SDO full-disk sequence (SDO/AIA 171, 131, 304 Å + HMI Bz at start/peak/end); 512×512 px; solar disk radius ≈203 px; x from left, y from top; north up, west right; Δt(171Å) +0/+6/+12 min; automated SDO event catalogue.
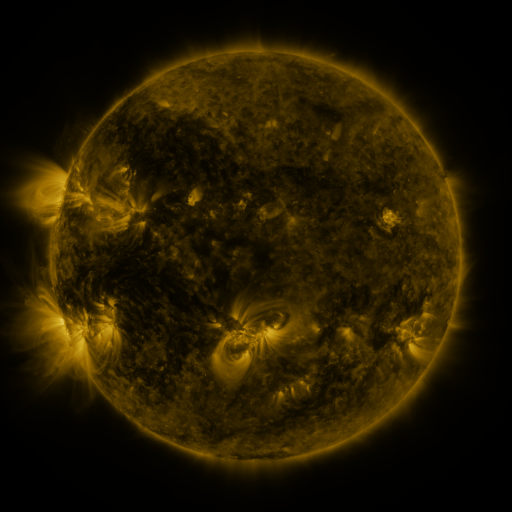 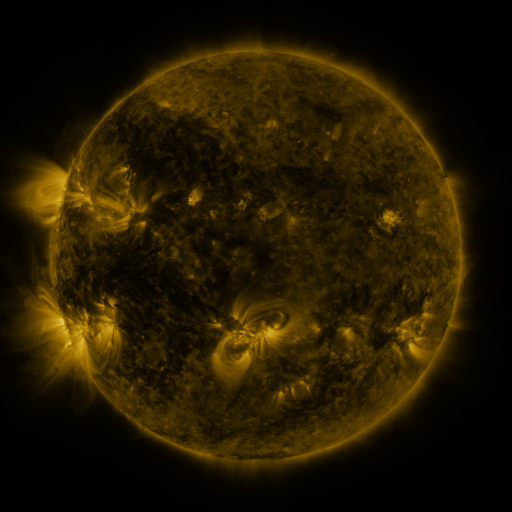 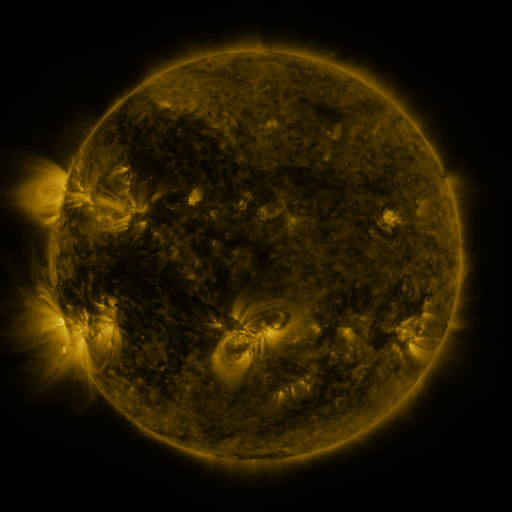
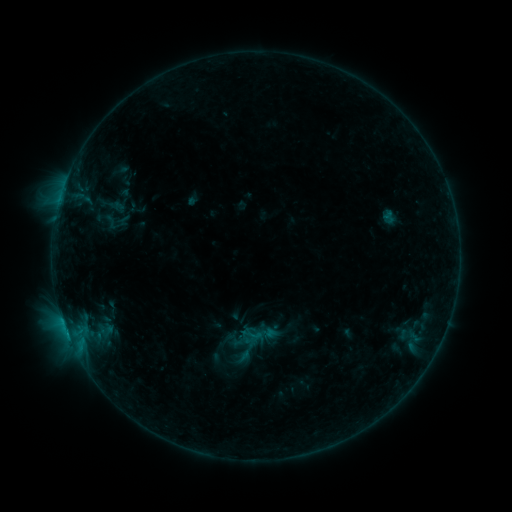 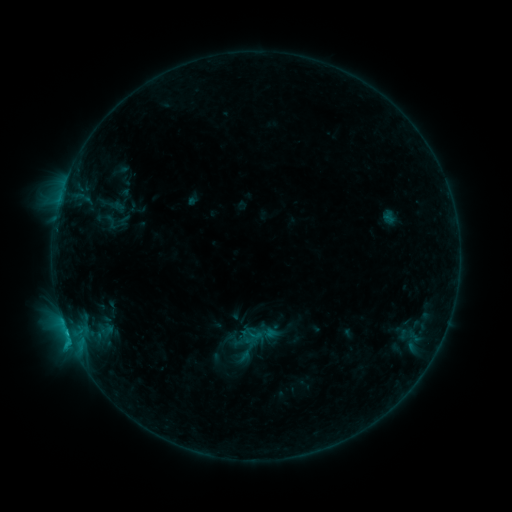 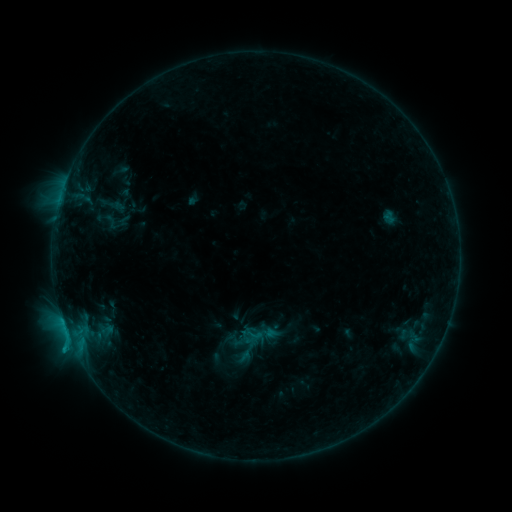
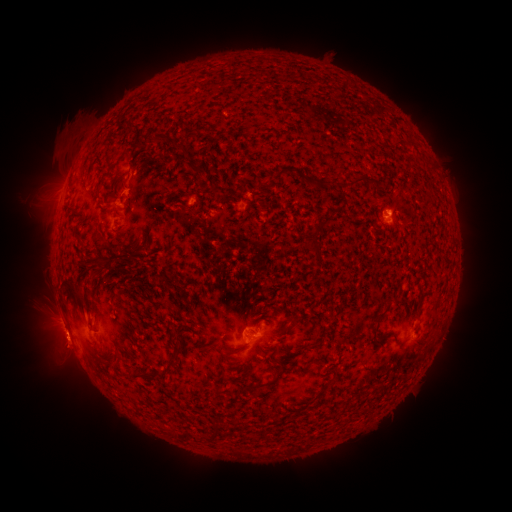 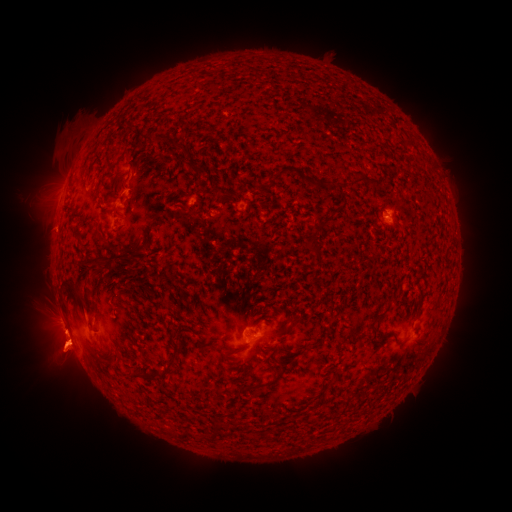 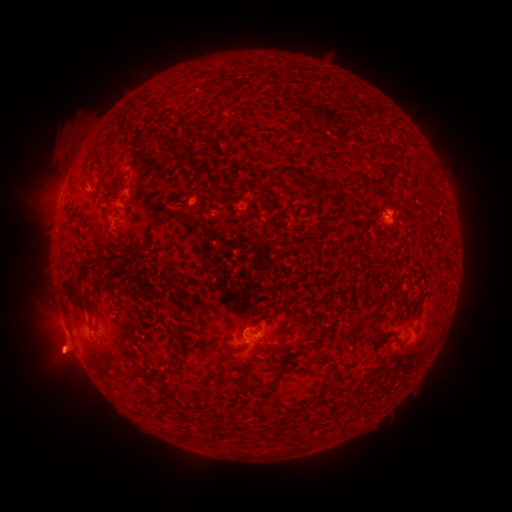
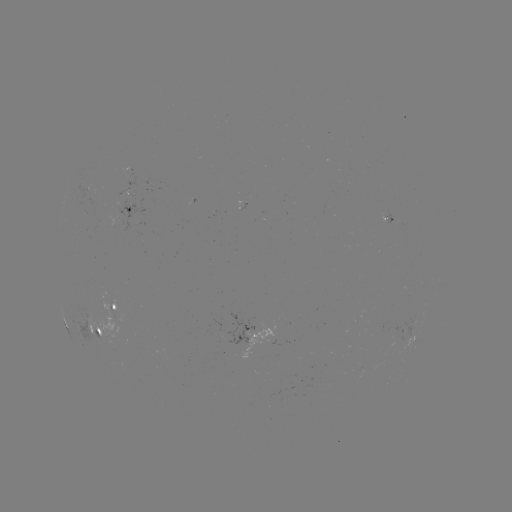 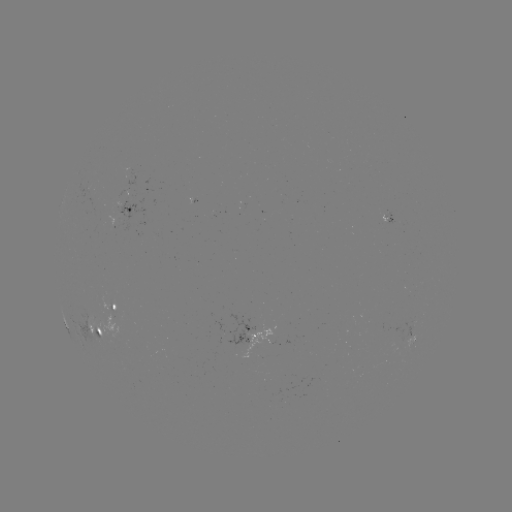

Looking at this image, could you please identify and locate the B8.1 flare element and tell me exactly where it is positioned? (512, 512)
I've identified B8.1 flare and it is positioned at (72, 342).